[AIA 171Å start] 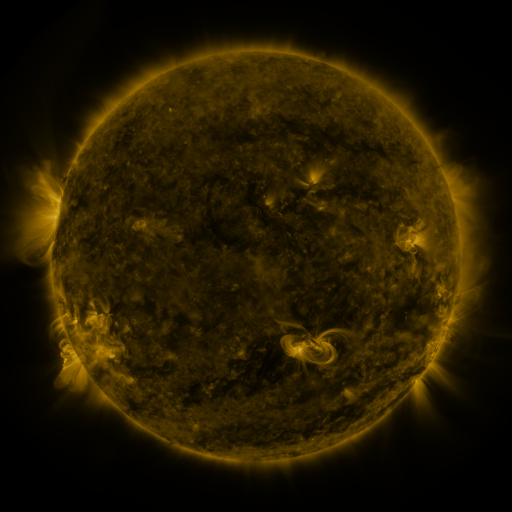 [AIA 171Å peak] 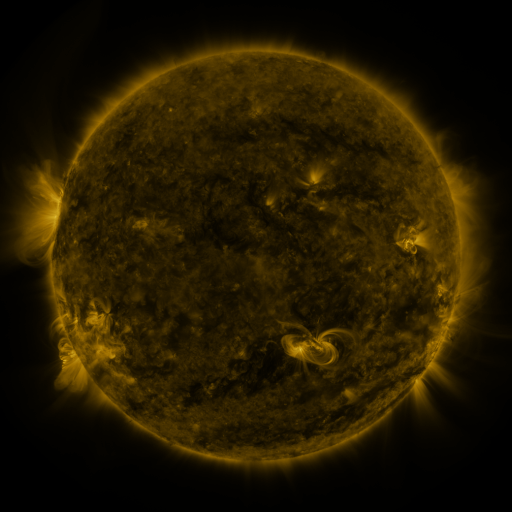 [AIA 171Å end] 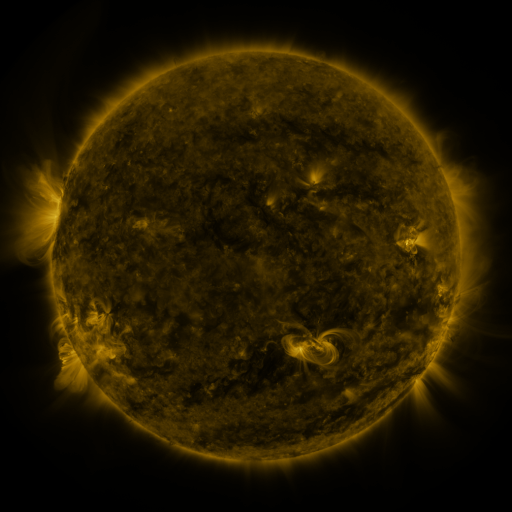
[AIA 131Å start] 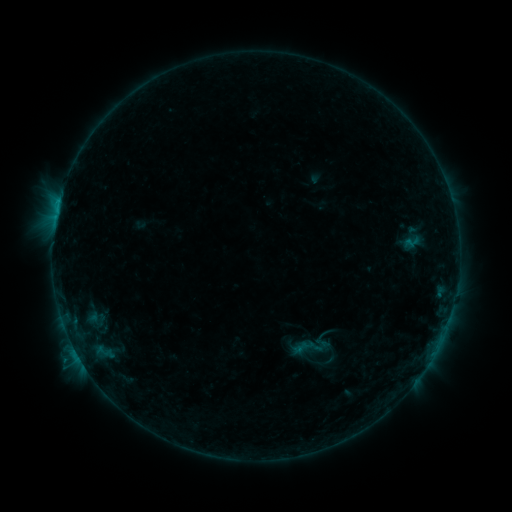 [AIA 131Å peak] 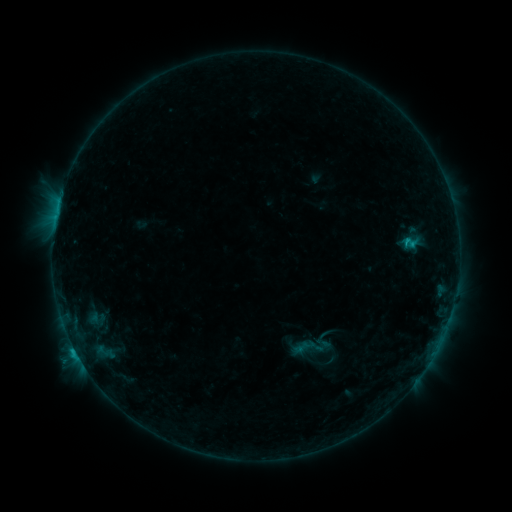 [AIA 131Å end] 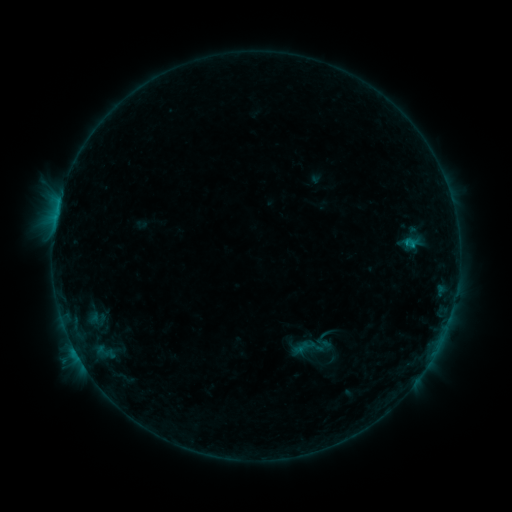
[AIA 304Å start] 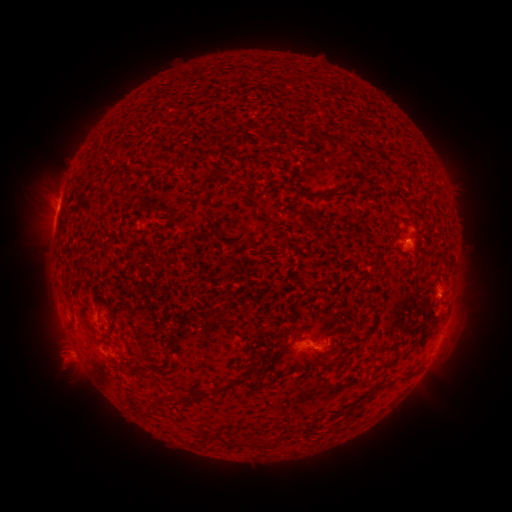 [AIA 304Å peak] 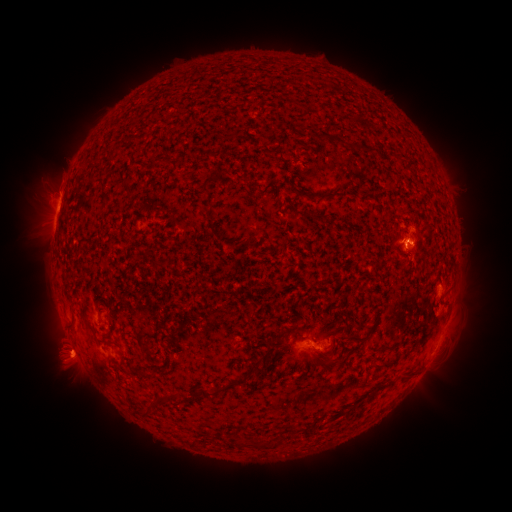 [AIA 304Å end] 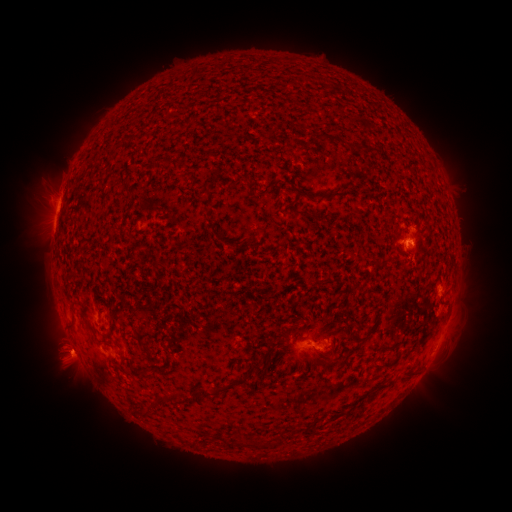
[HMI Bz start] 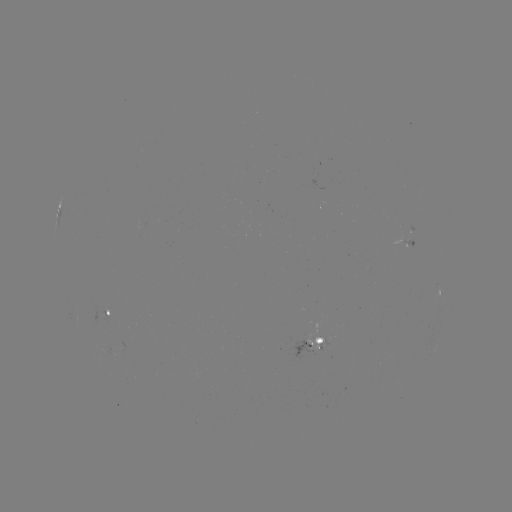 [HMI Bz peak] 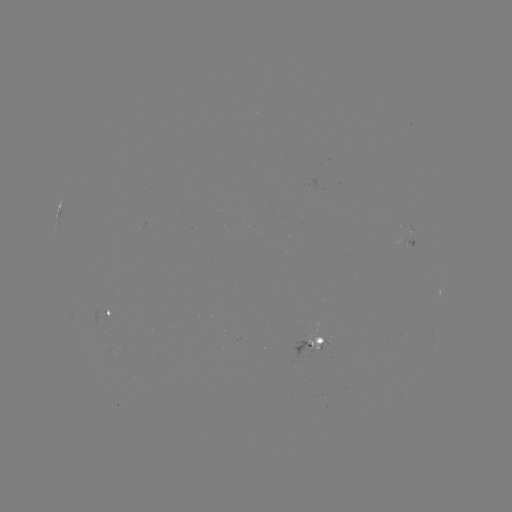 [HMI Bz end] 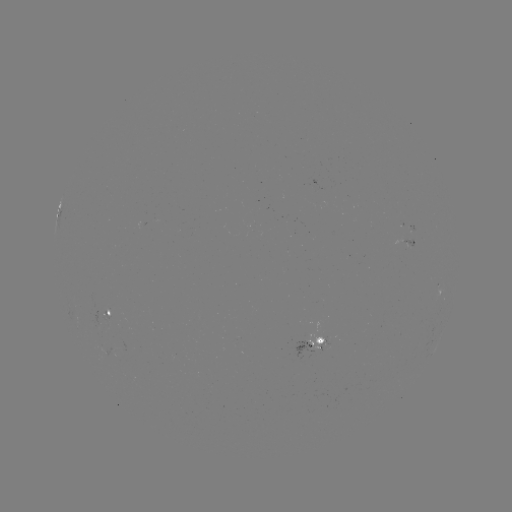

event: flare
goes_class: C1.2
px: (75, 349)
